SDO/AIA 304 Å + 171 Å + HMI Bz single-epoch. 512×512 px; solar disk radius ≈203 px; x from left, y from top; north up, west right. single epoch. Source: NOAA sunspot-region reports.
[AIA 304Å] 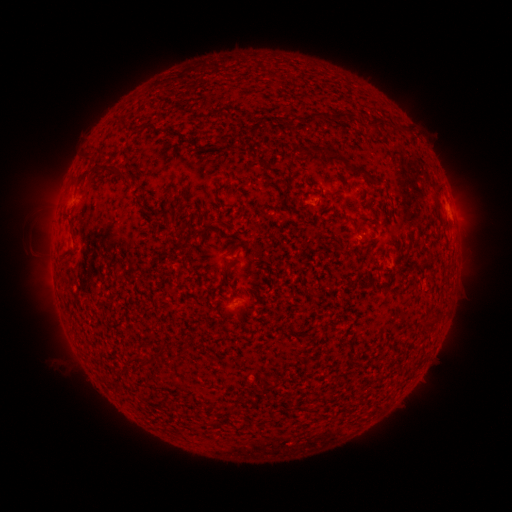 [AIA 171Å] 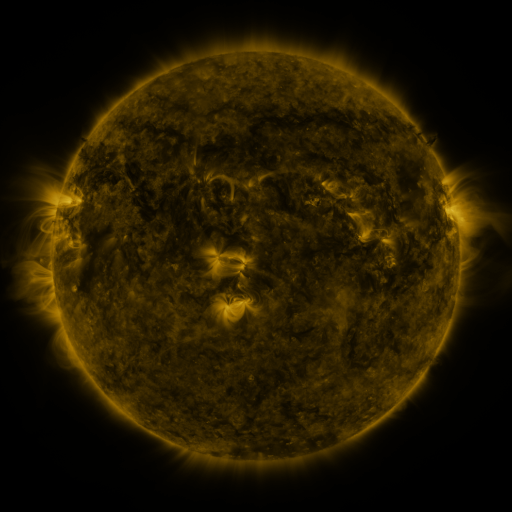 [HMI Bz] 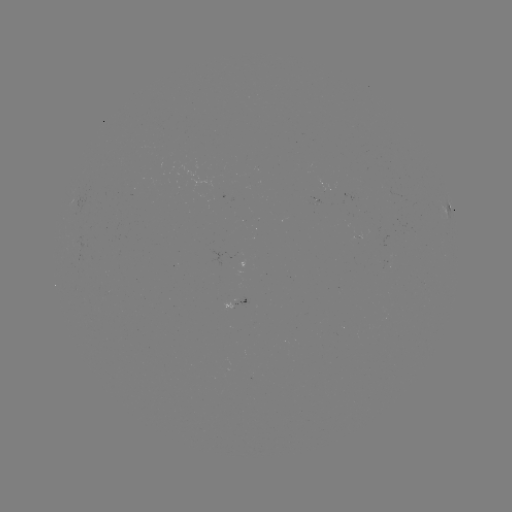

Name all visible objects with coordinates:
spotted active region: (449, 206)
spotted active region: (245, 302)
